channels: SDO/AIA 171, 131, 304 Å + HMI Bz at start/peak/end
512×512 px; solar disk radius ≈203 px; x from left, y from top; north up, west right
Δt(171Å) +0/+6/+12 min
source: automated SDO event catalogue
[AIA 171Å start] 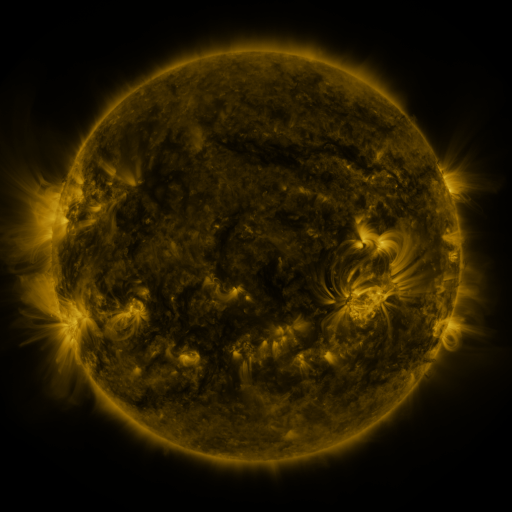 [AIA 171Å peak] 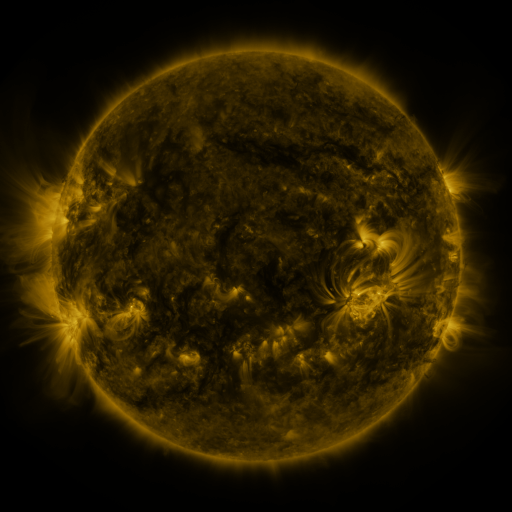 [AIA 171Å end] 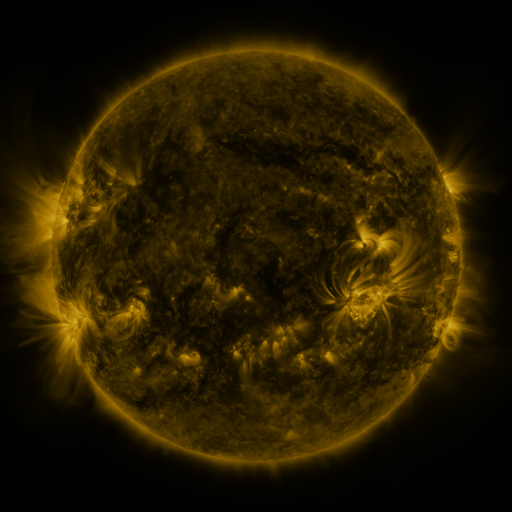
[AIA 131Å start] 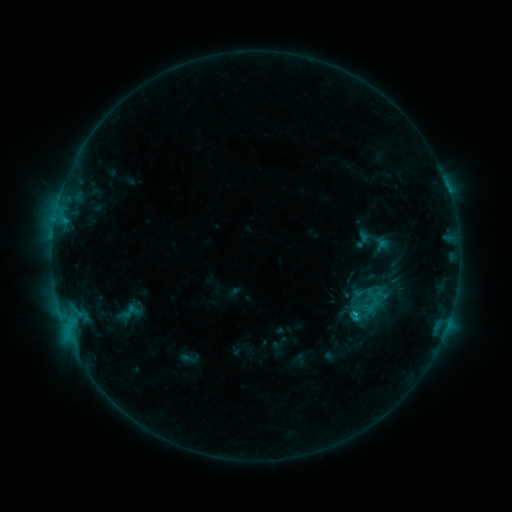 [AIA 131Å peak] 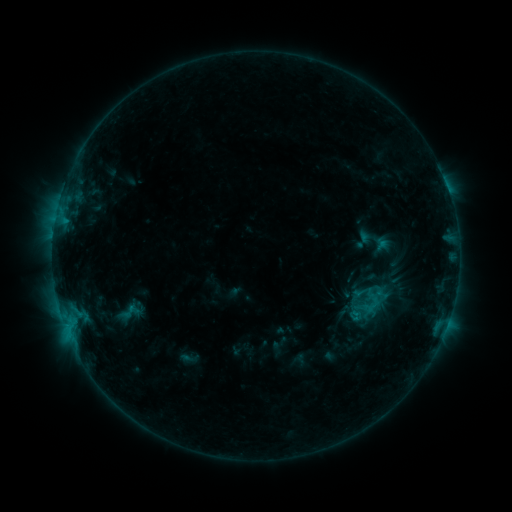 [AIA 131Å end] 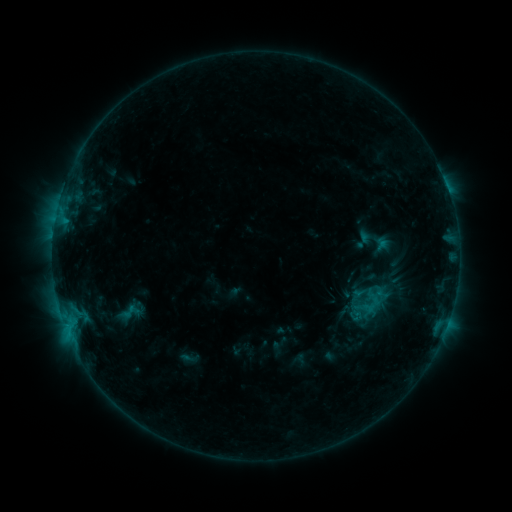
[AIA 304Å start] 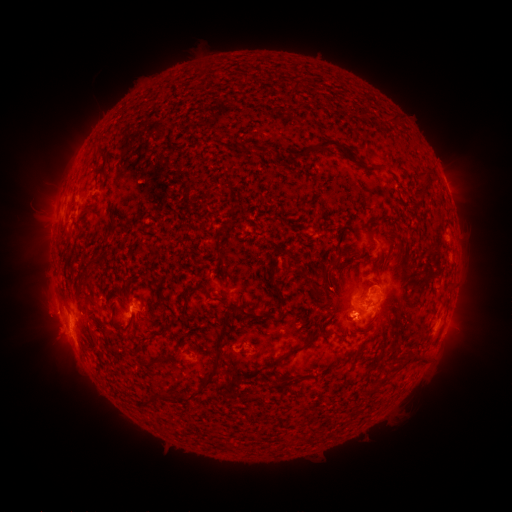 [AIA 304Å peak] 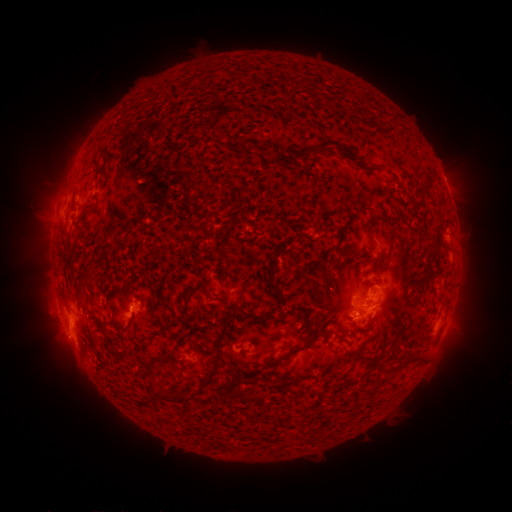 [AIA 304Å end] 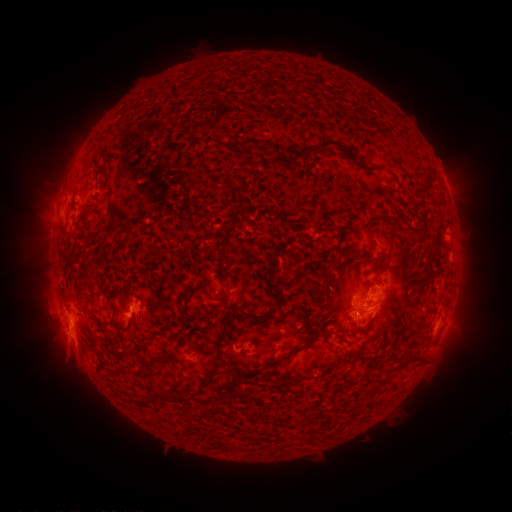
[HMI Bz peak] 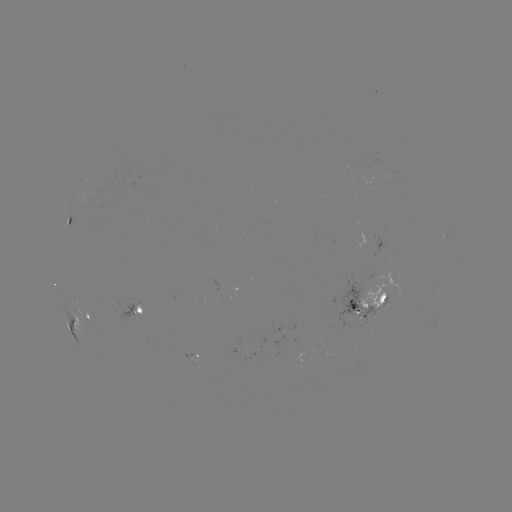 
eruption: (31, 318, 92, 378)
